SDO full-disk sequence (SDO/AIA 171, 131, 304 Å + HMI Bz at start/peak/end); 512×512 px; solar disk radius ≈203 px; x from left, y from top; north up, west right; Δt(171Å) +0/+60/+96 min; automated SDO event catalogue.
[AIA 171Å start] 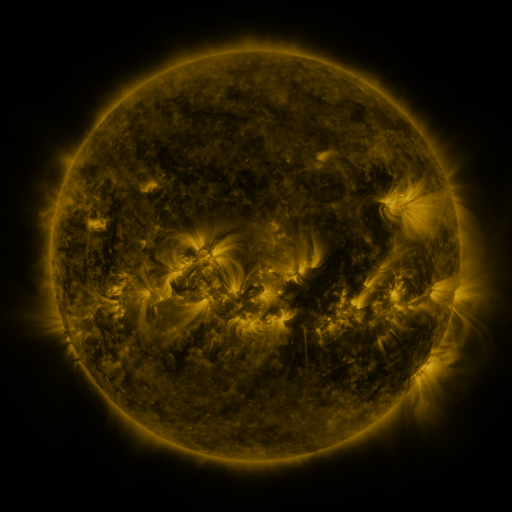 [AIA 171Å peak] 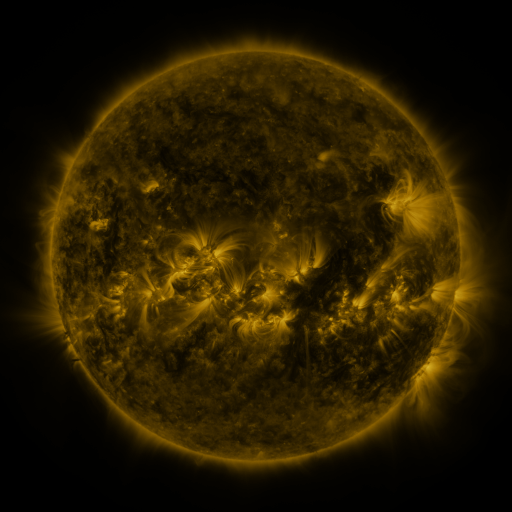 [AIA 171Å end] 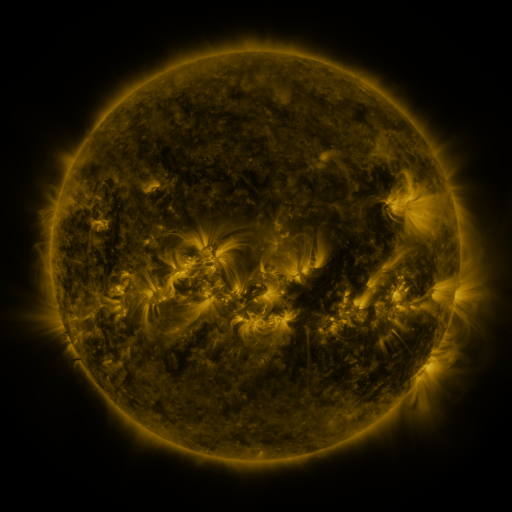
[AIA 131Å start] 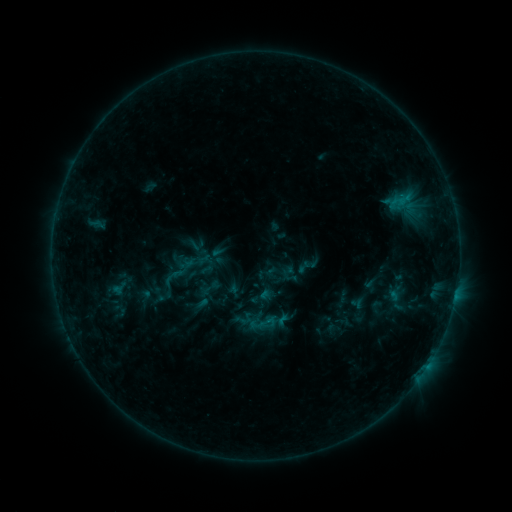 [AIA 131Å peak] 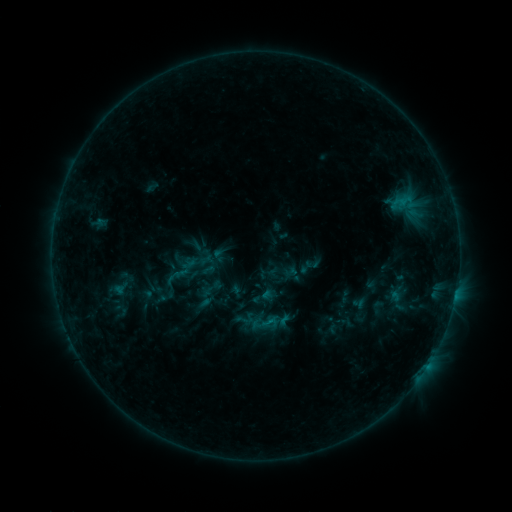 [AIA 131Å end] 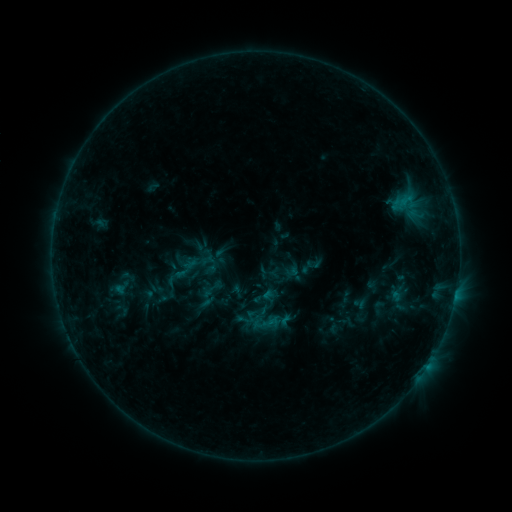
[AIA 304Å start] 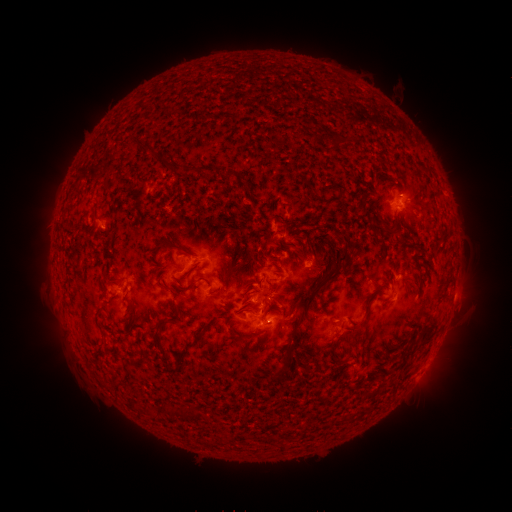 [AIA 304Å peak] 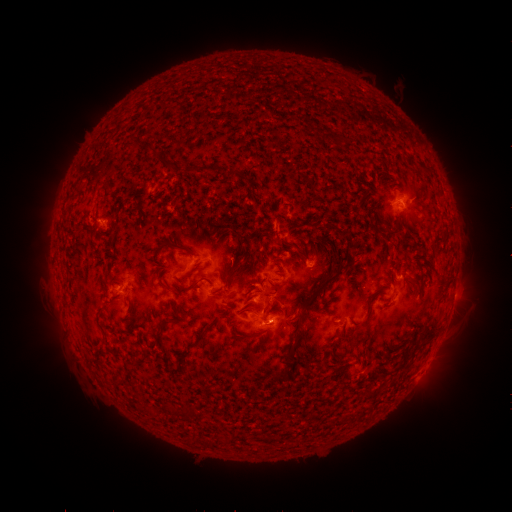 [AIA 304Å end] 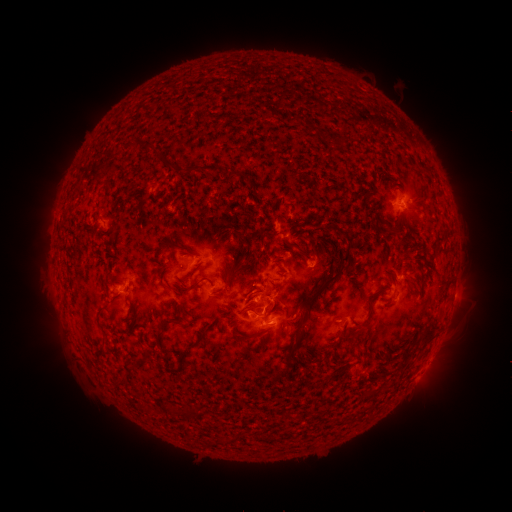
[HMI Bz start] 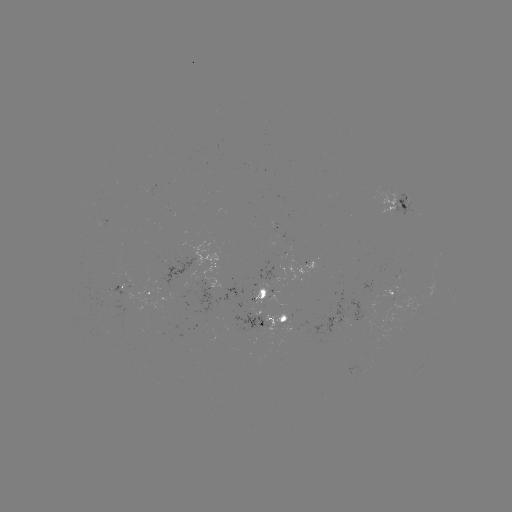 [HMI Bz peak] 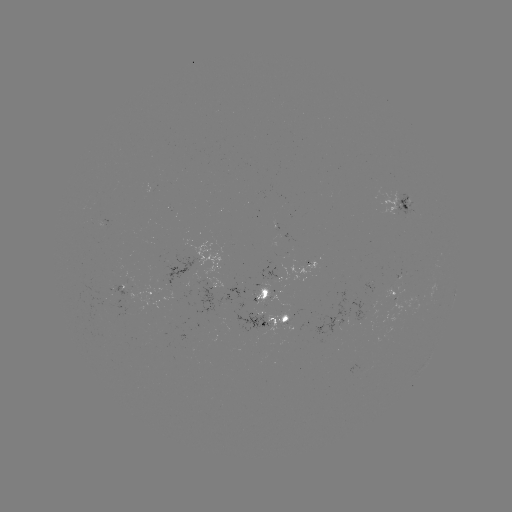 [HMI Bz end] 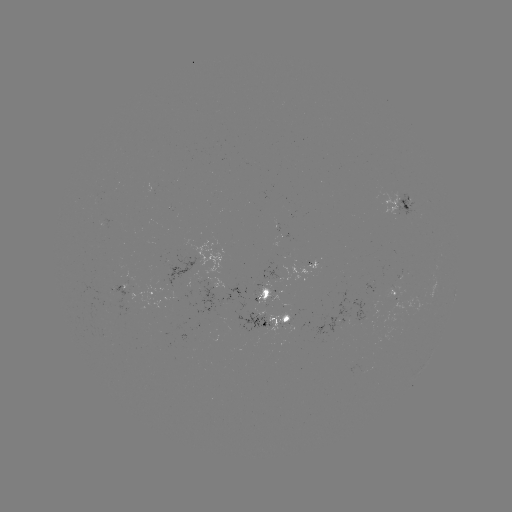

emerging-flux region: <bbox>281, 304, 296, 317</bbox>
